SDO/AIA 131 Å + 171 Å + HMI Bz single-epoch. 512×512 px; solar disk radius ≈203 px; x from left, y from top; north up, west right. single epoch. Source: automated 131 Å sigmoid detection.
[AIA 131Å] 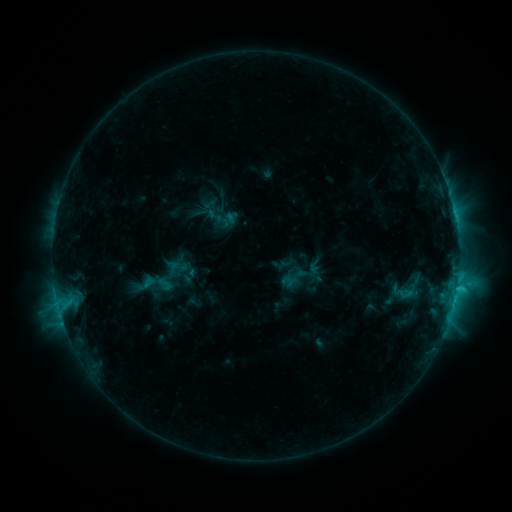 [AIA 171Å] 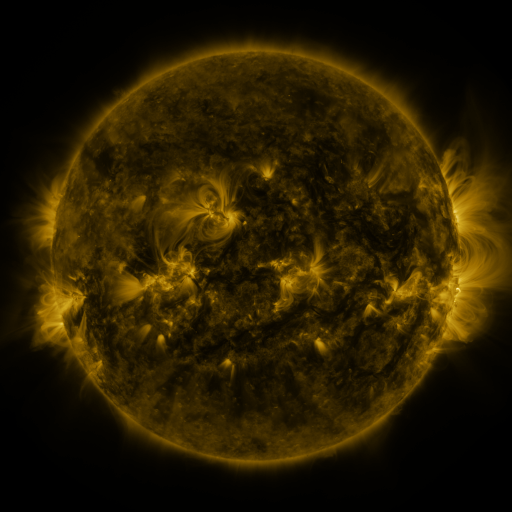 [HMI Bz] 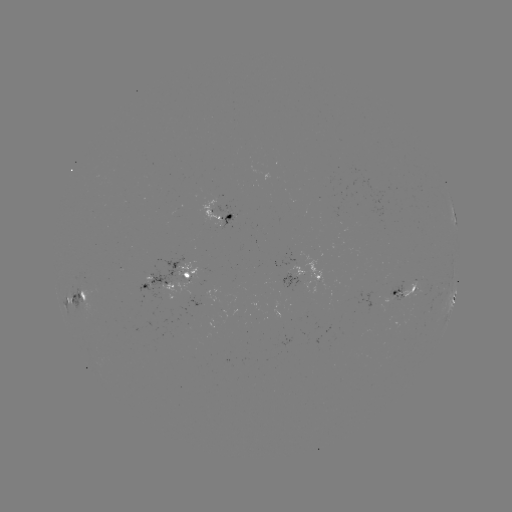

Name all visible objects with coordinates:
sigmoid: (154, 276, 175, 293)
